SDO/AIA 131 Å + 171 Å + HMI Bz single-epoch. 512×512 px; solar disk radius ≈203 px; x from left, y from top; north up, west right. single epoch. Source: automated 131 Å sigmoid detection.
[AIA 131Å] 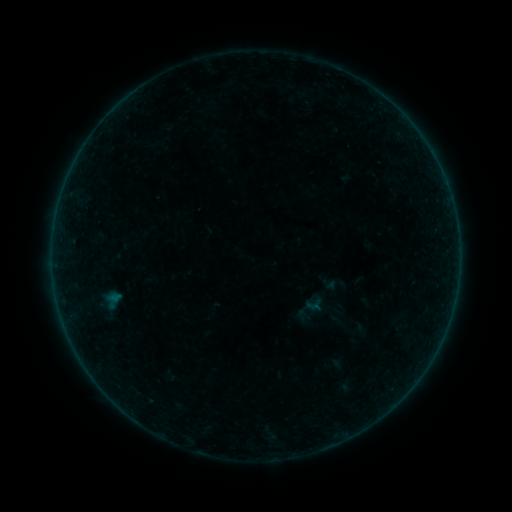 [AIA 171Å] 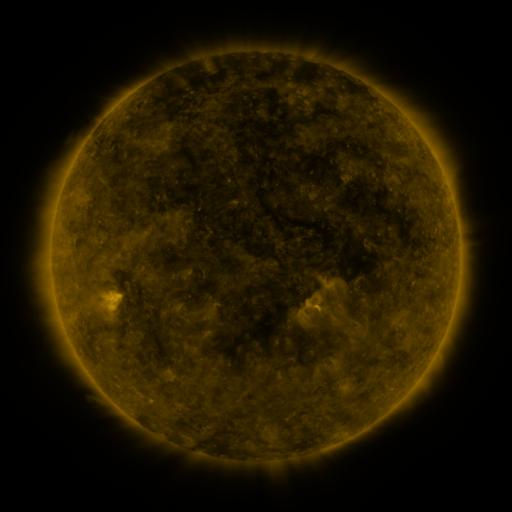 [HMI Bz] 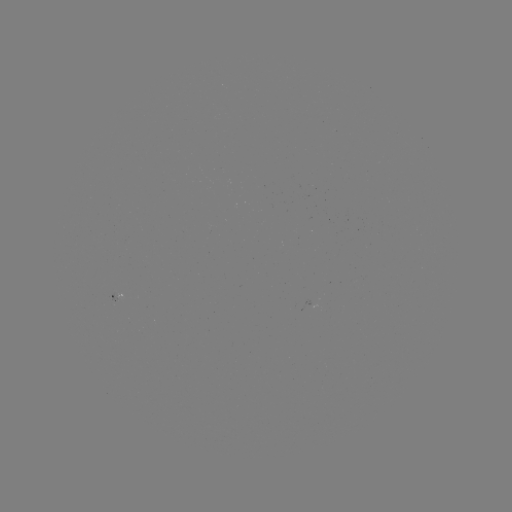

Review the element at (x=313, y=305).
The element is sigmoid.